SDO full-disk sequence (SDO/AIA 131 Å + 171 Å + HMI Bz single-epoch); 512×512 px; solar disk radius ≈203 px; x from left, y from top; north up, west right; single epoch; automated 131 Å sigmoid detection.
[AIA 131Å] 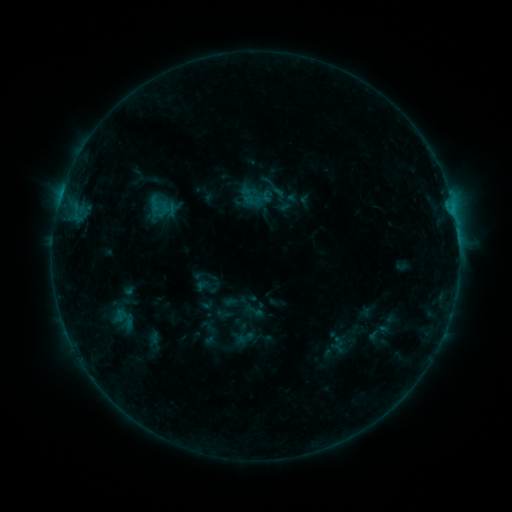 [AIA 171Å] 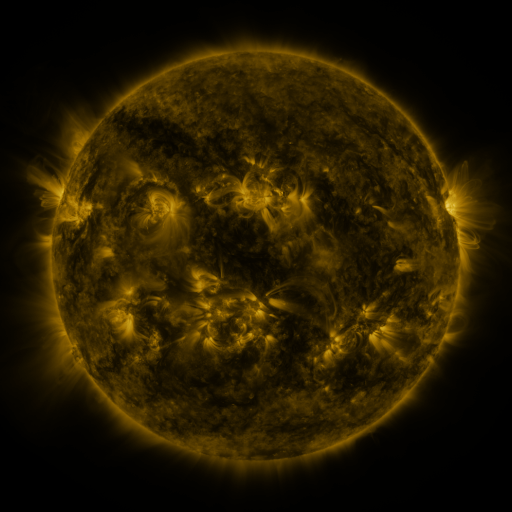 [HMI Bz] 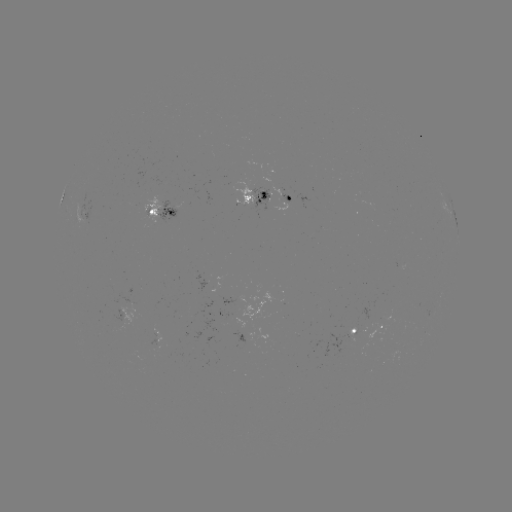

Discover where sigmoid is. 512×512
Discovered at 250,196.